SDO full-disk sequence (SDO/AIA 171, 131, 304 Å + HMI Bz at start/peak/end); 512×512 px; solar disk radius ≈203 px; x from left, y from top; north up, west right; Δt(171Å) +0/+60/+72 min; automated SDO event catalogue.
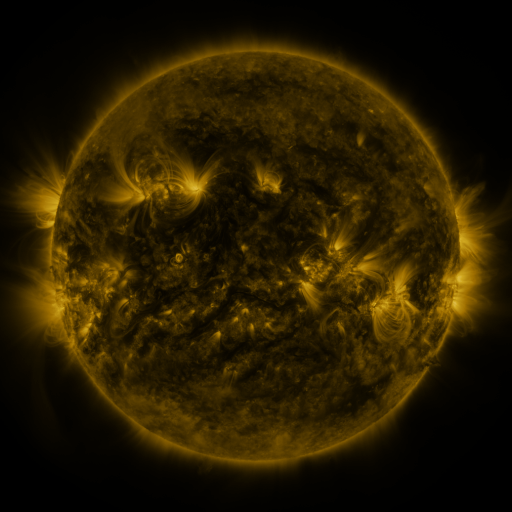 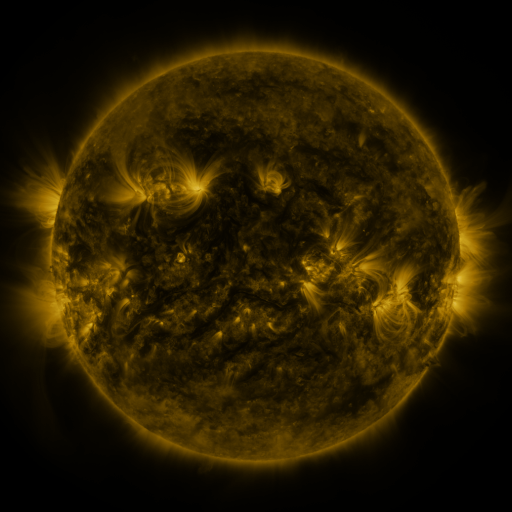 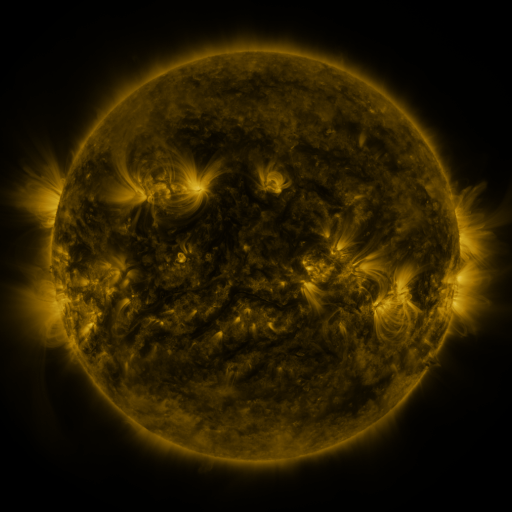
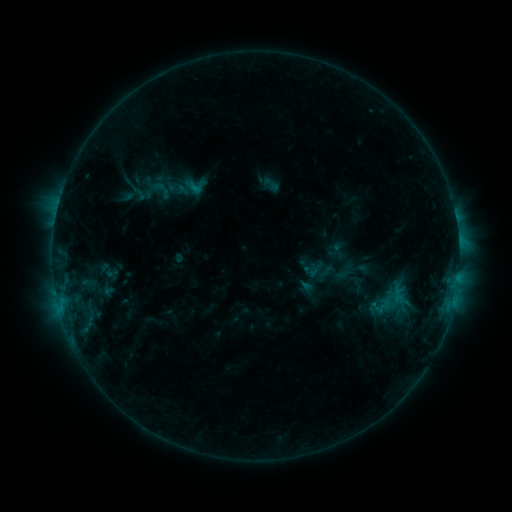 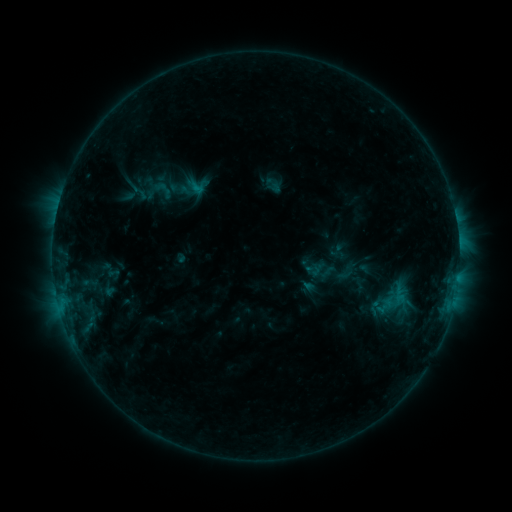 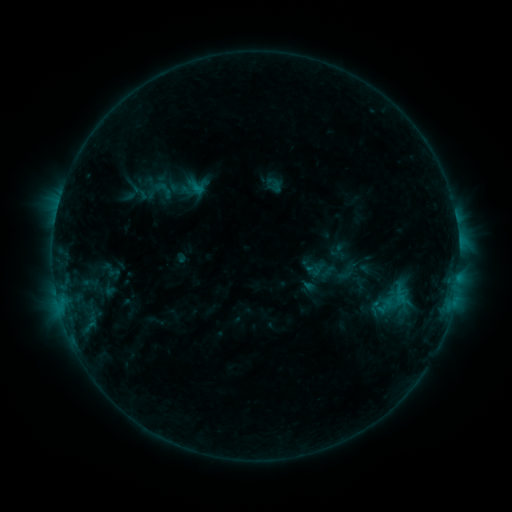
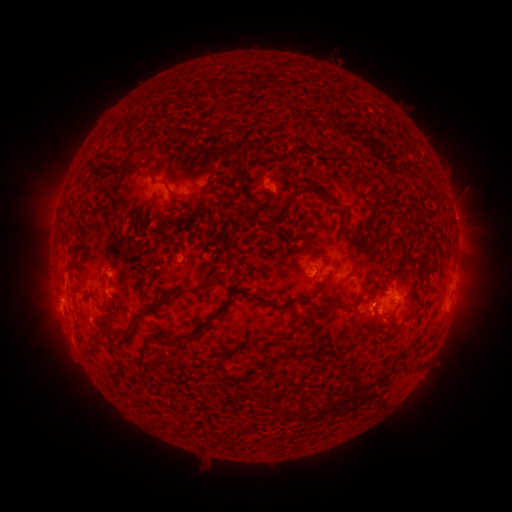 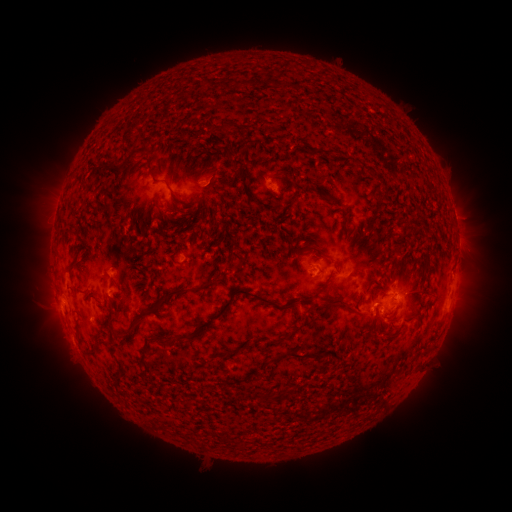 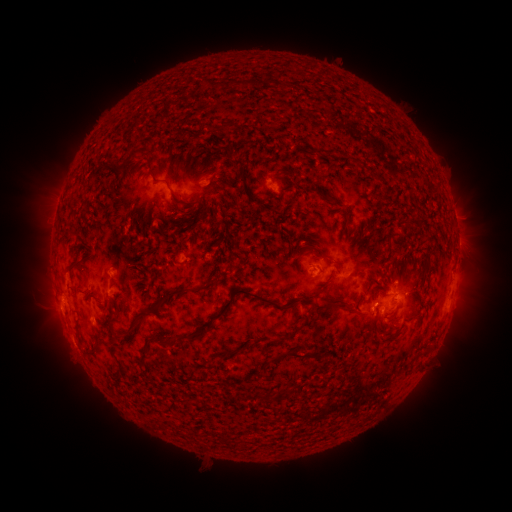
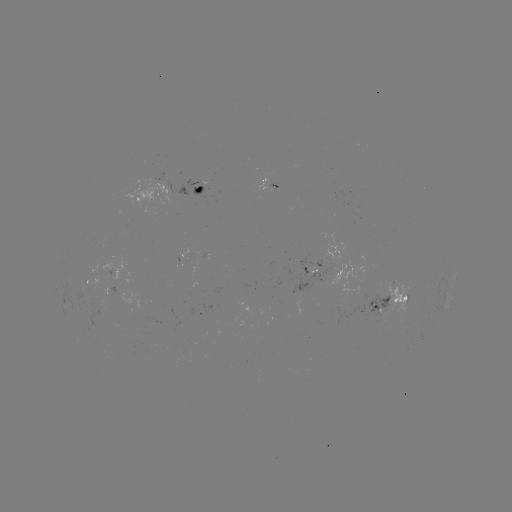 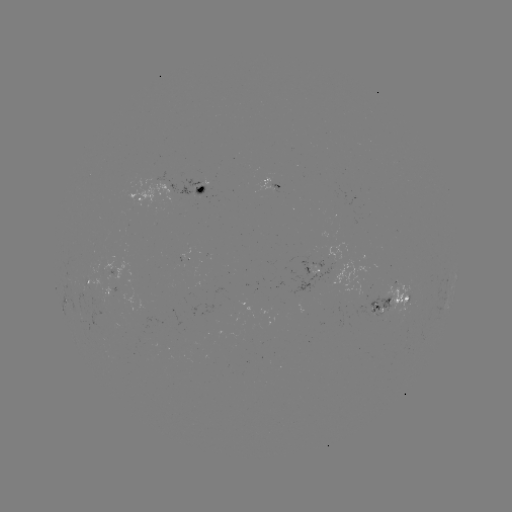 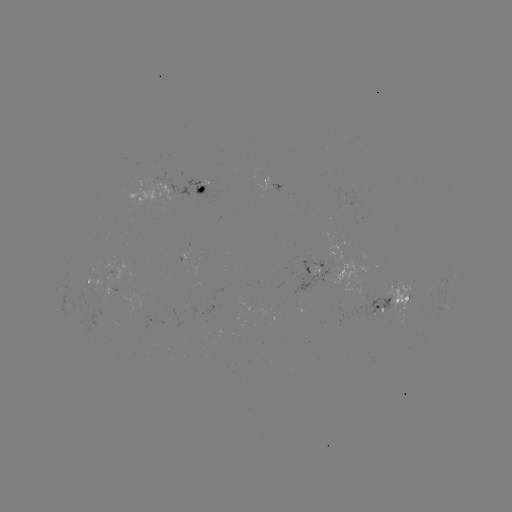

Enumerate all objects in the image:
emerging-flux region: (115, 269)
